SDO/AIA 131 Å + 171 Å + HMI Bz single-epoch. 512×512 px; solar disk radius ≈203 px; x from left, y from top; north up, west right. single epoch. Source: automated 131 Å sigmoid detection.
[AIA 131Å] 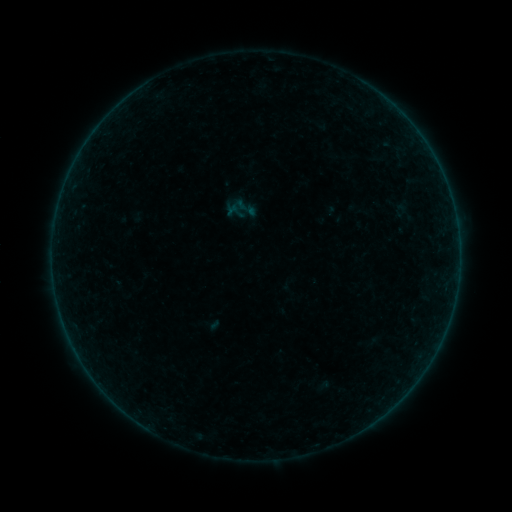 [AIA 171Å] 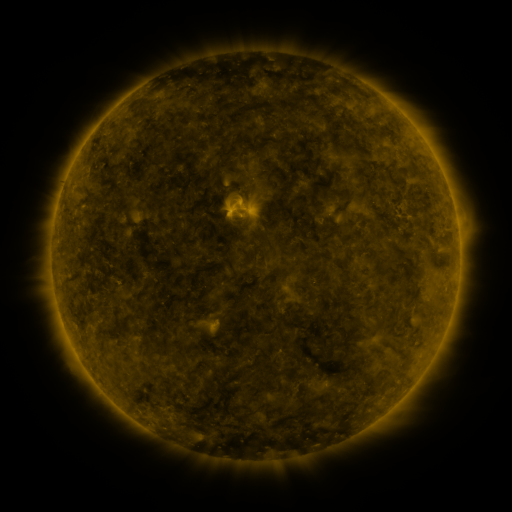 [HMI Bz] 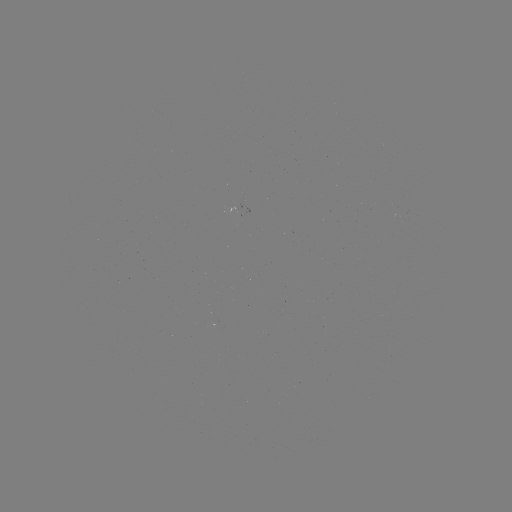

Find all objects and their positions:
sigmoid: <bbox>390, 202, 411, 219</bbox>
